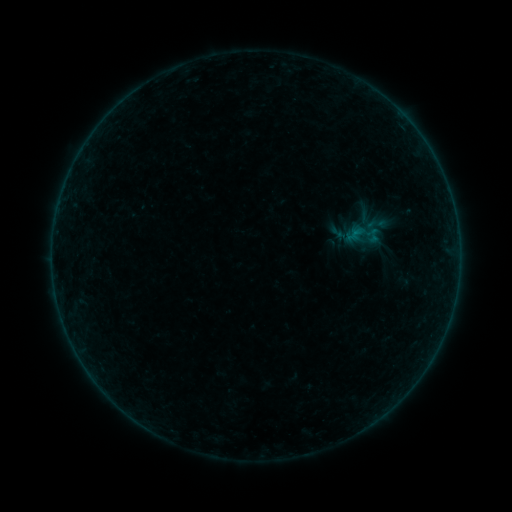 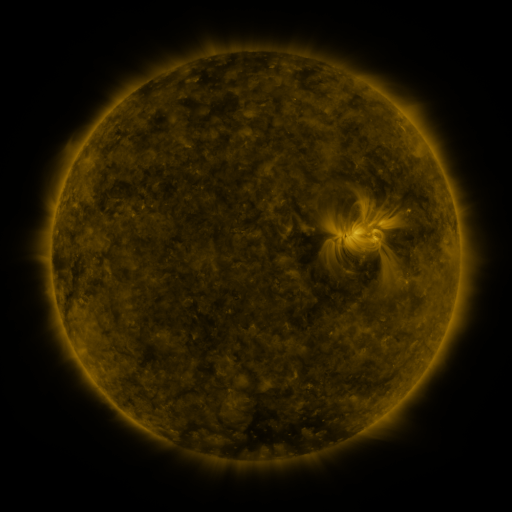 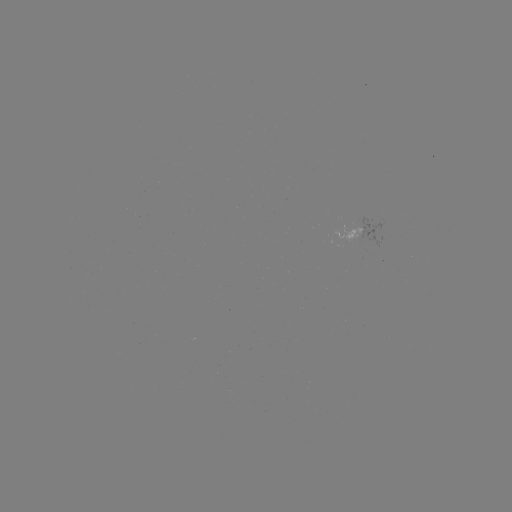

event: sigmoid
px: (374, 236)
